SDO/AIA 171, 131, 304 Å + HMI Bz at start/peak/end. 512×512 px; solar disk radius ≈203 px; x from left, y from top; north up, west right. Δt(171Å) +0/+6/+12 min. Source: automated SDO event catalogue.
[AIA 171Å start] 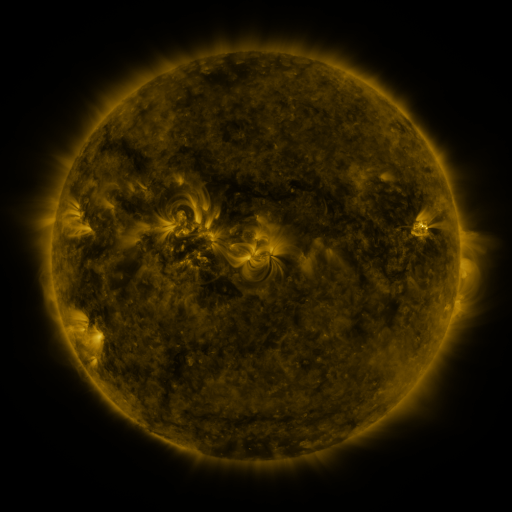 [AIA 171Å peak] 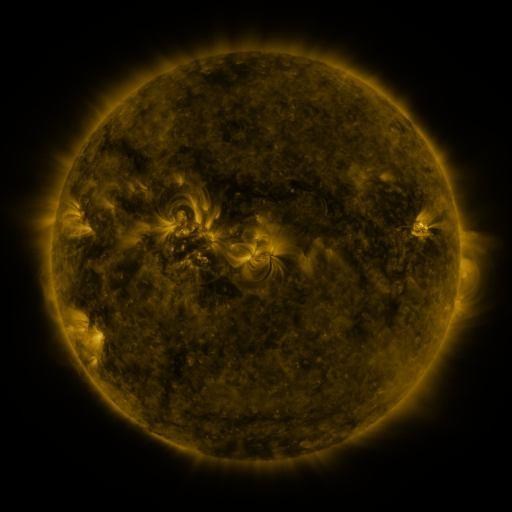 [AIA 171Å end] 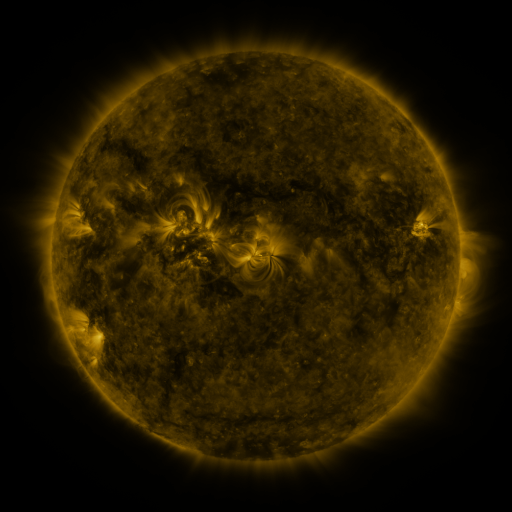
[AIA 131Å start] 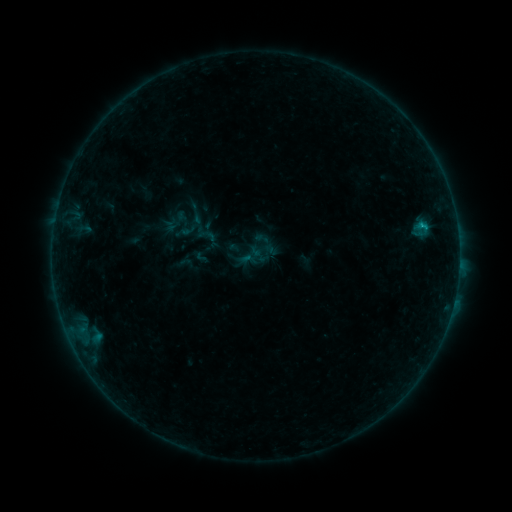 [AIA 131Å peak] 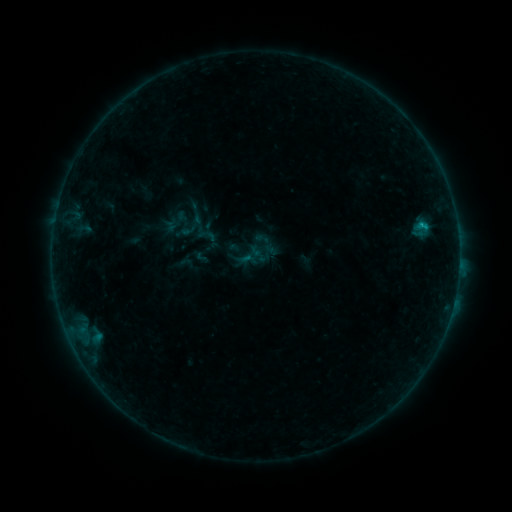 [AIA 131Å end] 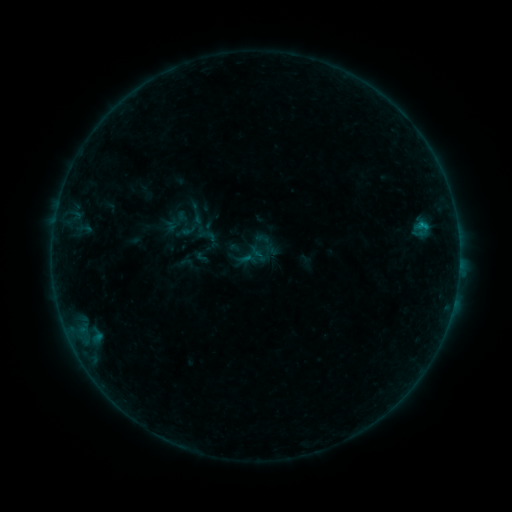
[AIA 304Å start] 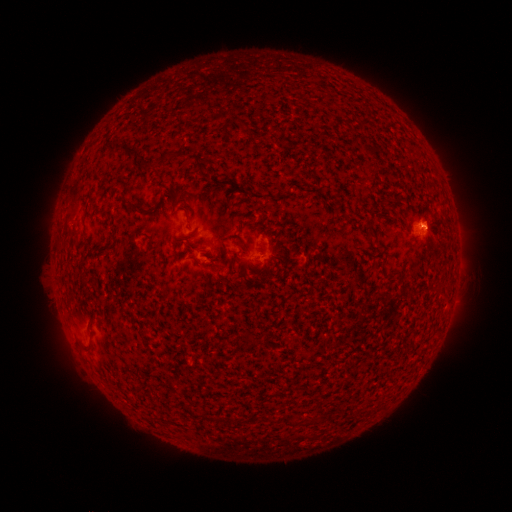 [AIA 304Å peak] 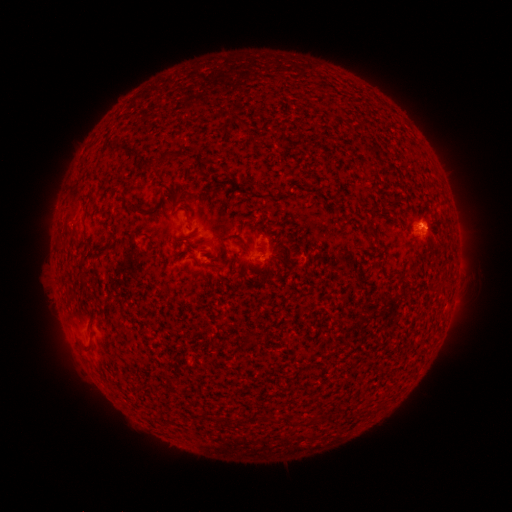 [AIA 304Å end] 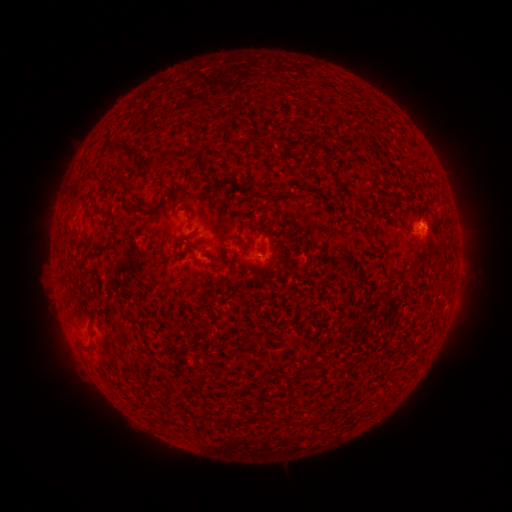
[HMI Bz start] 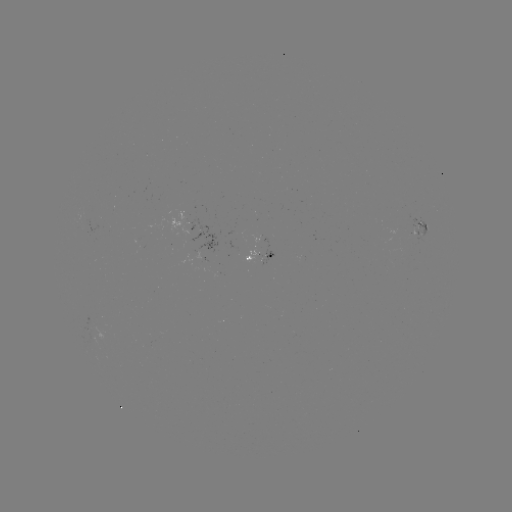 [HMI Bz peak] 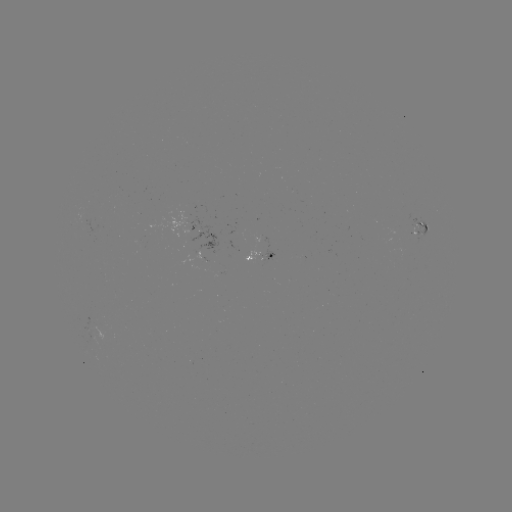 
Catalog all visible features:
B3.2 flare: (423, 227)
